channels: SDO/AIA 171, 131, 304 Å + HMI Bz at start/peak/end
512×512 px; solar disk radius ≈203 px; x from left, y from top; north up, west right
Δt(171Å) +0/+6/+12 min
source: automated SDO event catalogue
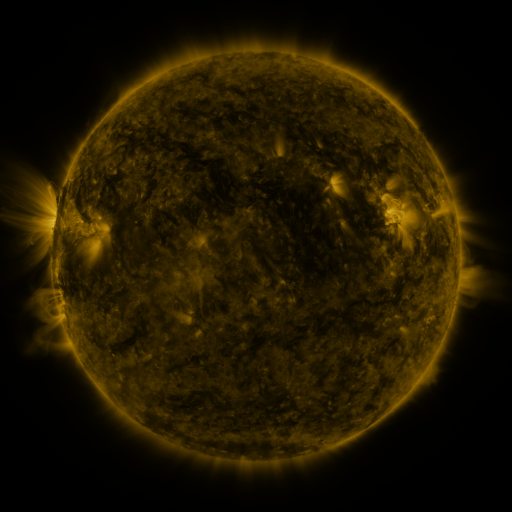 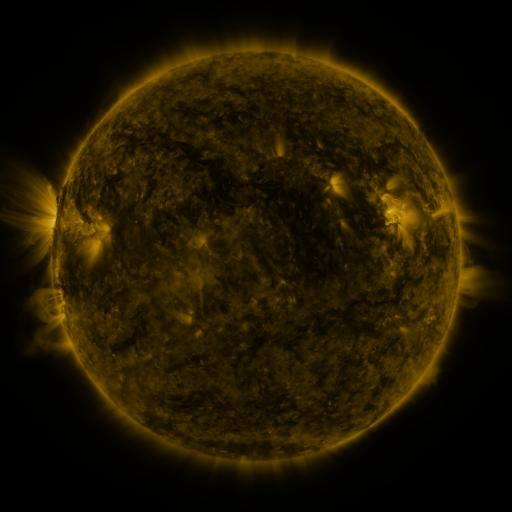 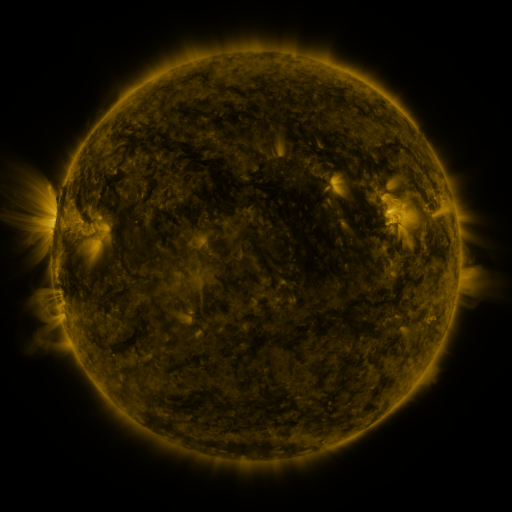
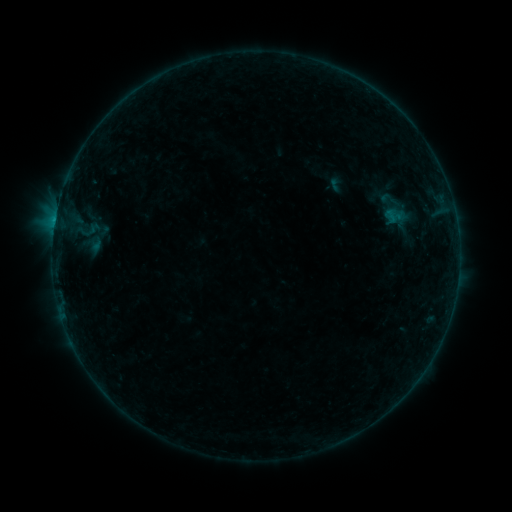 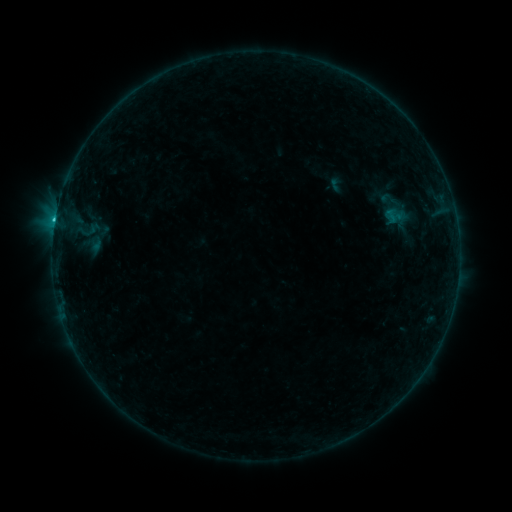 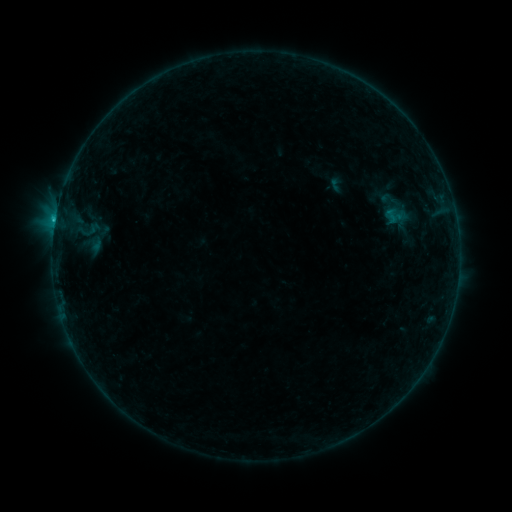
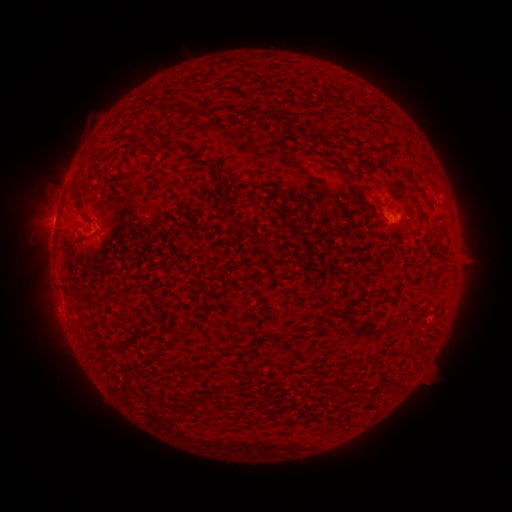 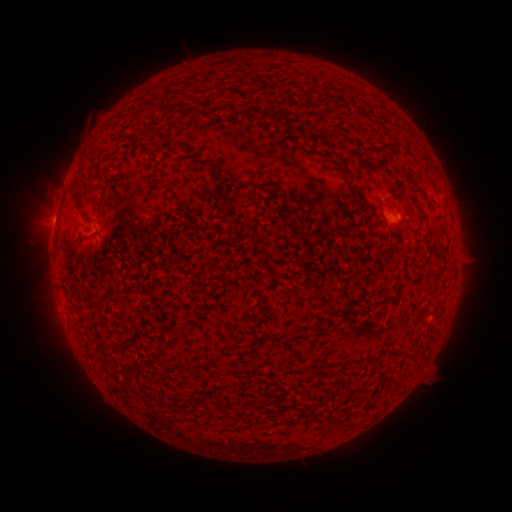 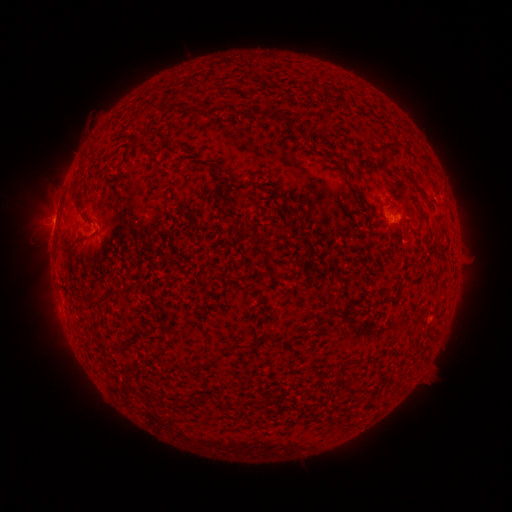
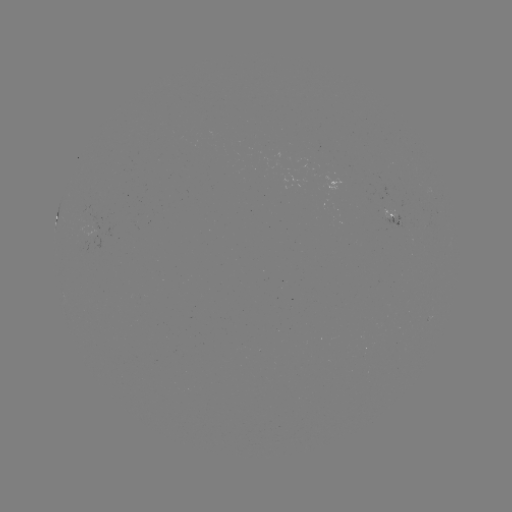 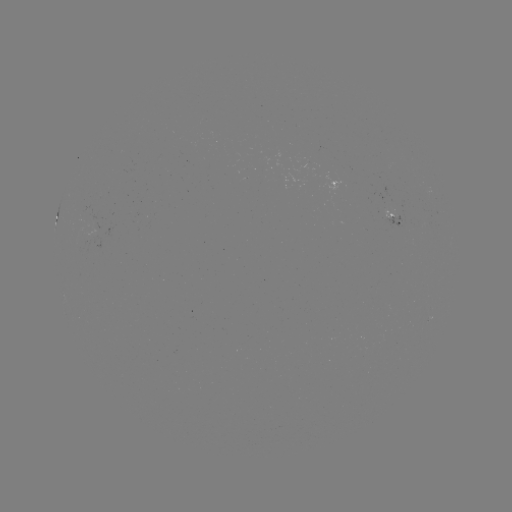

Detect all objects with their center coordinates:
B7.7 flare: (55, 220)
